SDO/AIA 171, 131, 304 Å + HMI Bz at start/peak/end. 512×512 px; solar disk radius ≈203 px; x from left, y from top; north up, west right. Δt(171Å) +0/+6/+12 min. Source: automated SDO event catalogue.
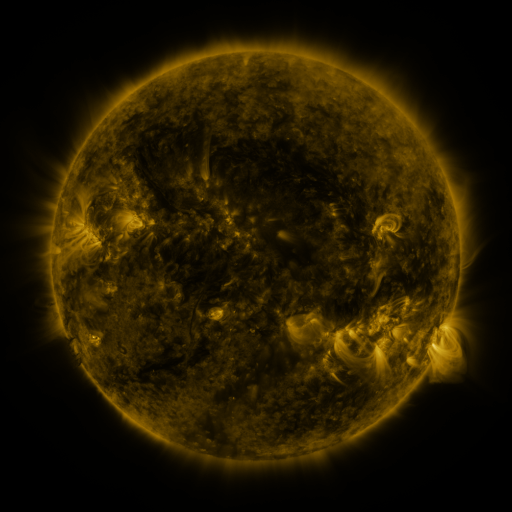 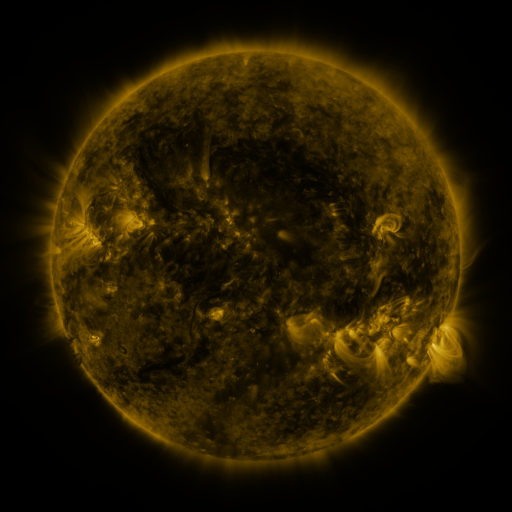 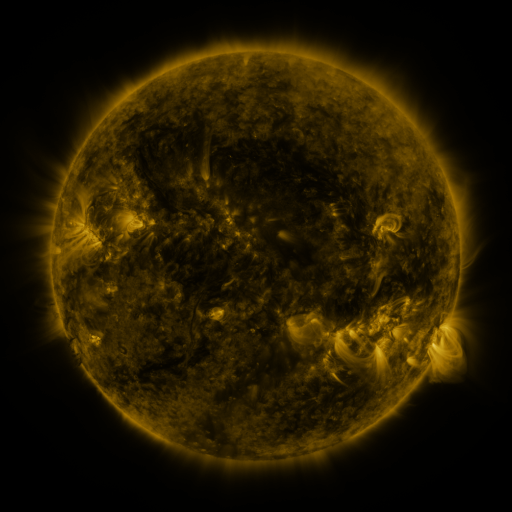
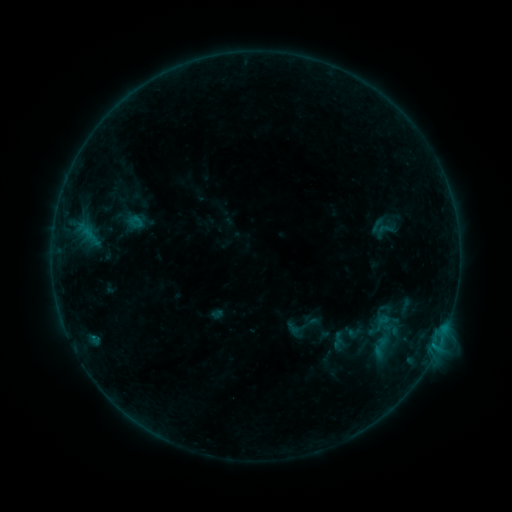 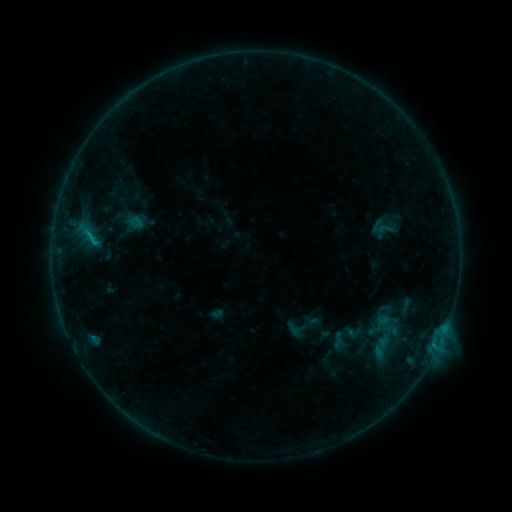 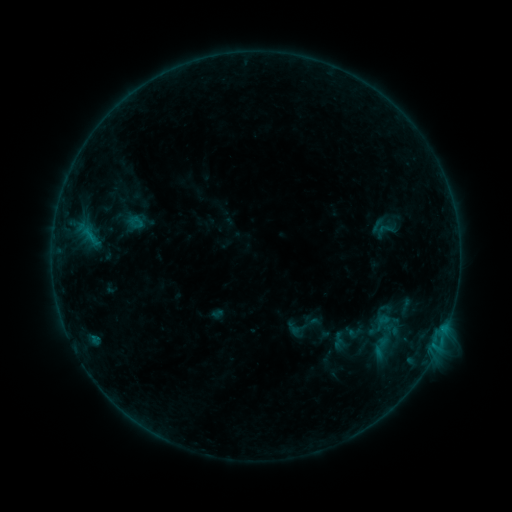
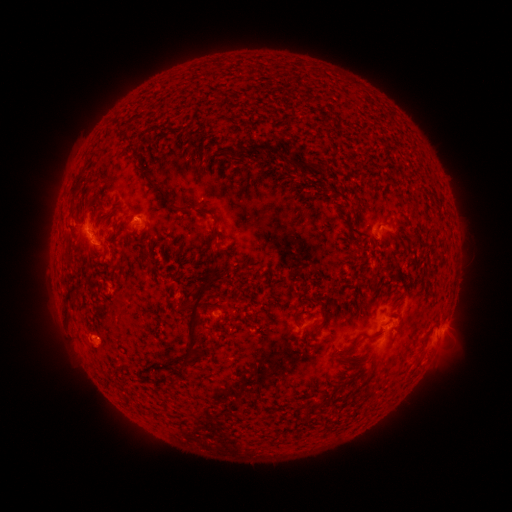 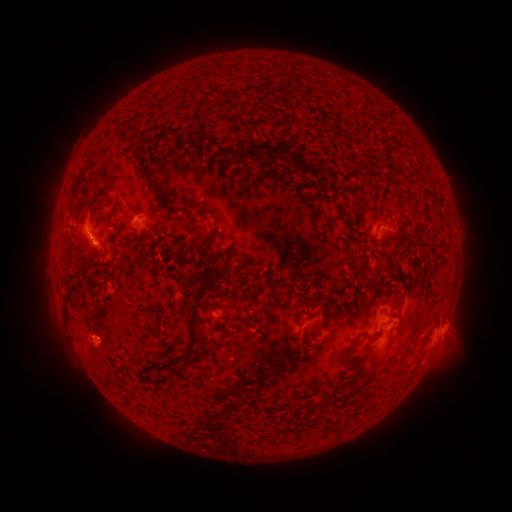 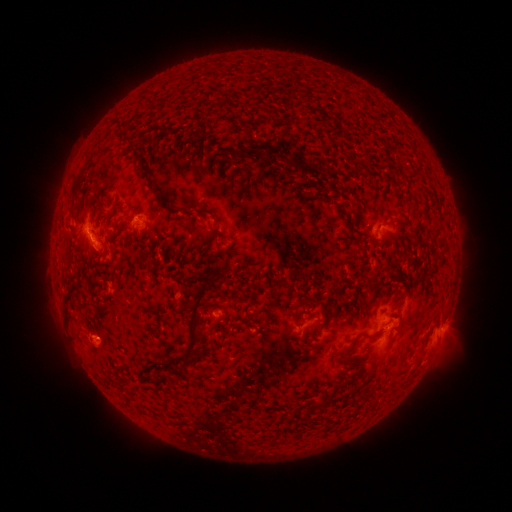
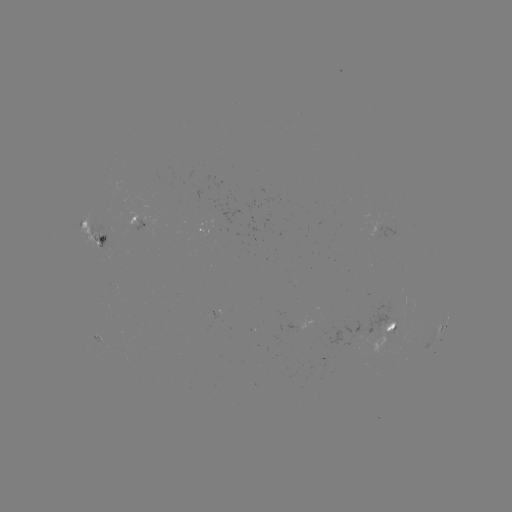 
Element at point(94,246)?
B4.5 flare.